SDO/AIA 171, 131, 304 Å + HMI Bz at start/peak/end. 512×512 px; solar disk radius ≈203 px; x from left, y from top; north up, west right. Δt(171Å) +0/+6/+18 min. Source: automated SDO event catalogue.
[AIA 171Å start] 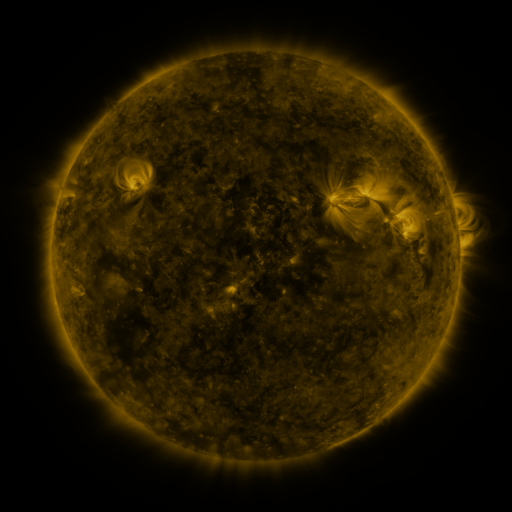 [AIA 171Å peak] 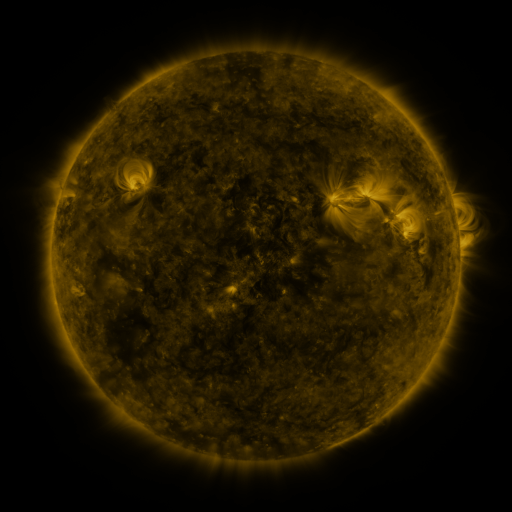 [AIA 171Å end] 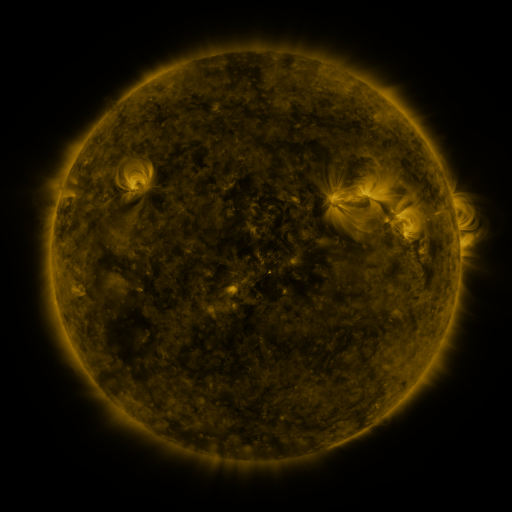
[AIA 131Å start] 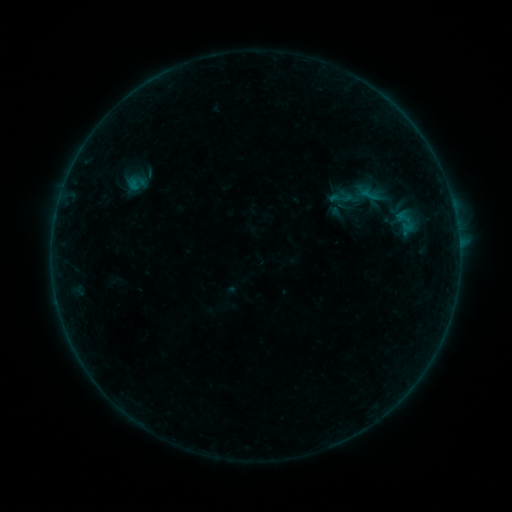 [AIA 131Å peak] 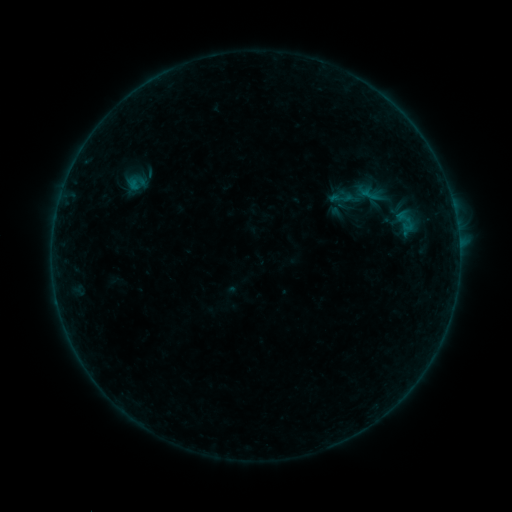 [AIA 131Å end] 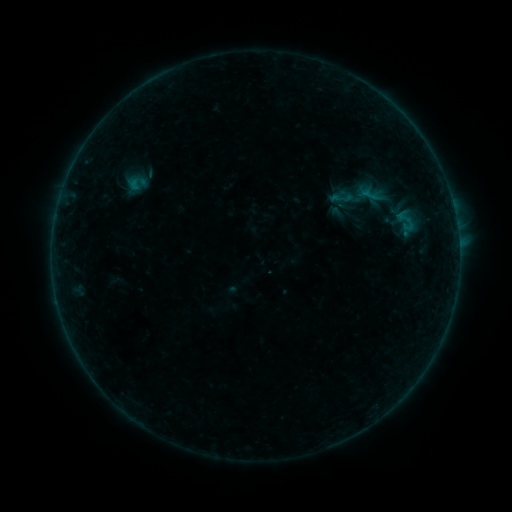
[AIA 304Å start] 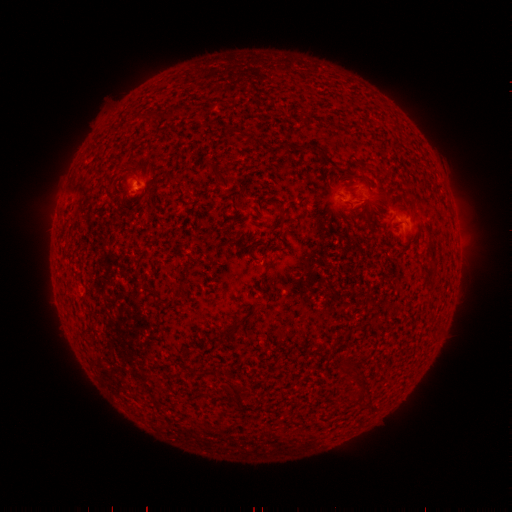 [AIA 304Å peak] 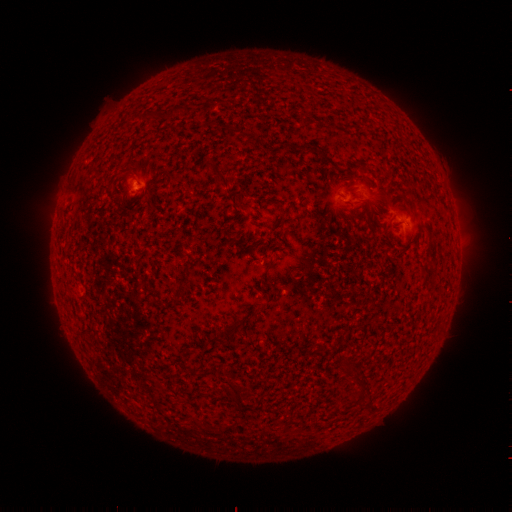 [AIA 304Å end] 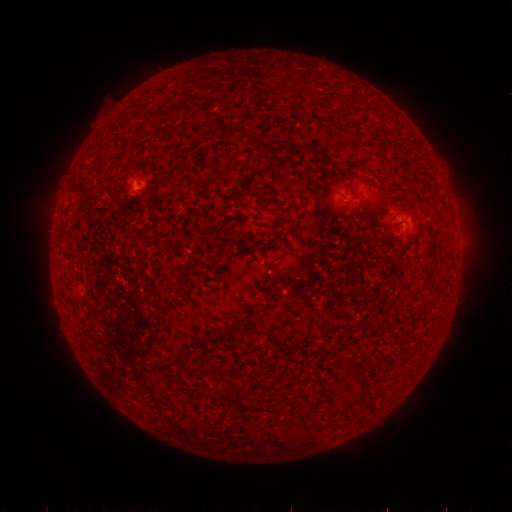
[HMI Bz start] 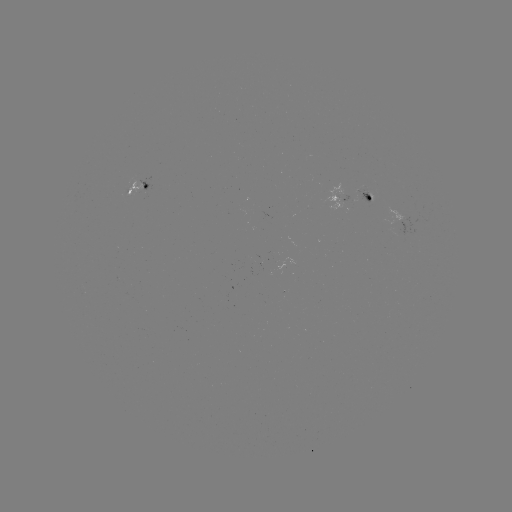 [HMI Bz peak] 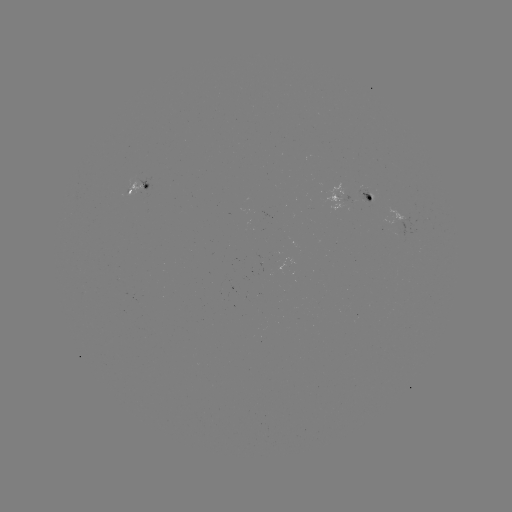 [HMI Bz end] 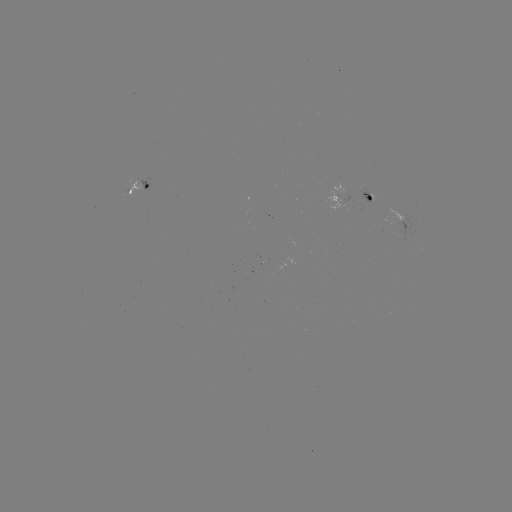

no flare in any classed list; no EUV-trigger detection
